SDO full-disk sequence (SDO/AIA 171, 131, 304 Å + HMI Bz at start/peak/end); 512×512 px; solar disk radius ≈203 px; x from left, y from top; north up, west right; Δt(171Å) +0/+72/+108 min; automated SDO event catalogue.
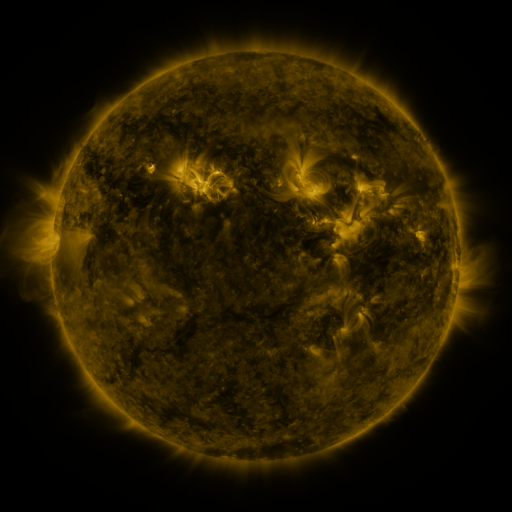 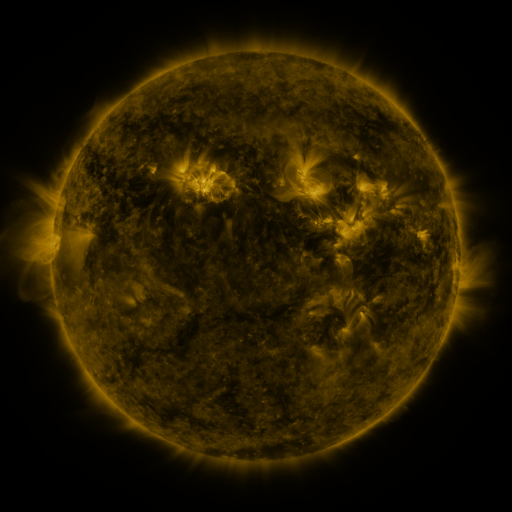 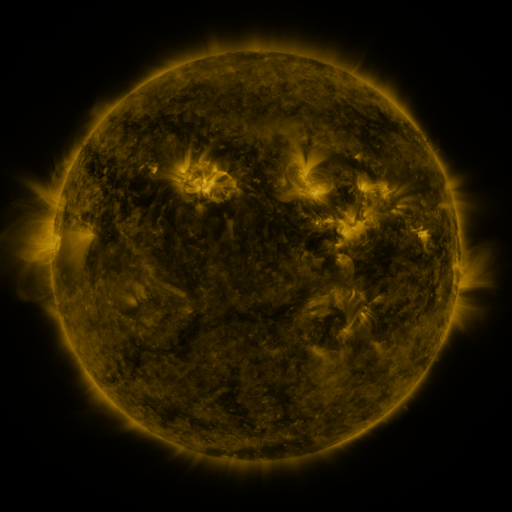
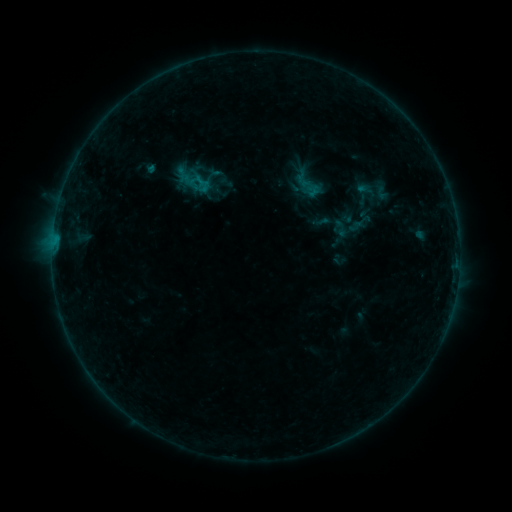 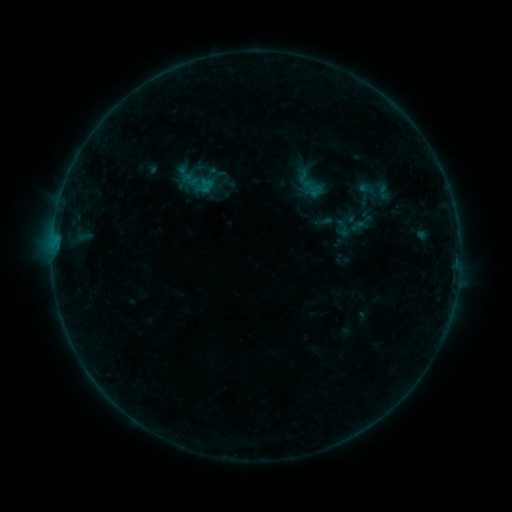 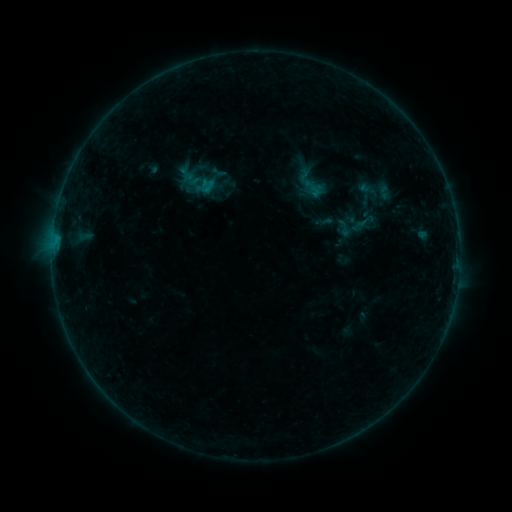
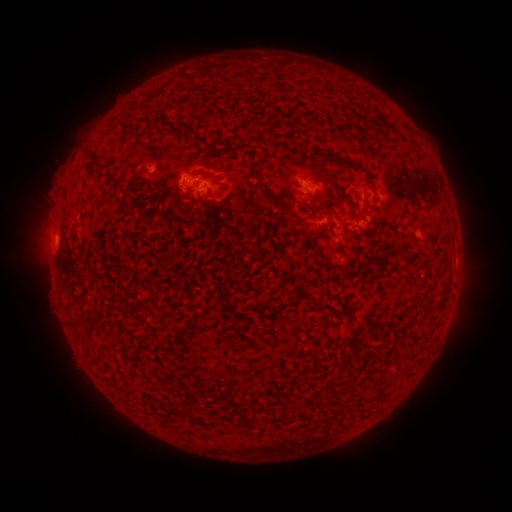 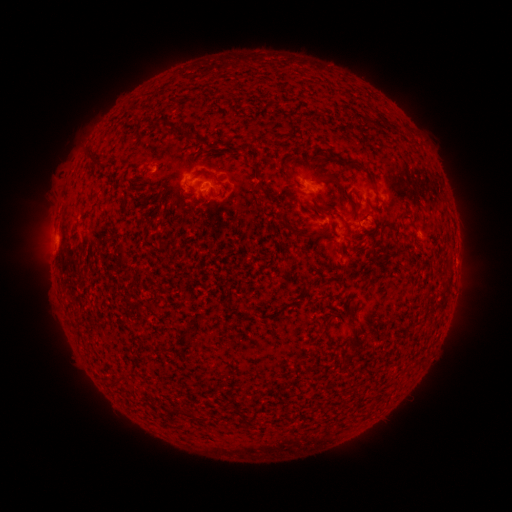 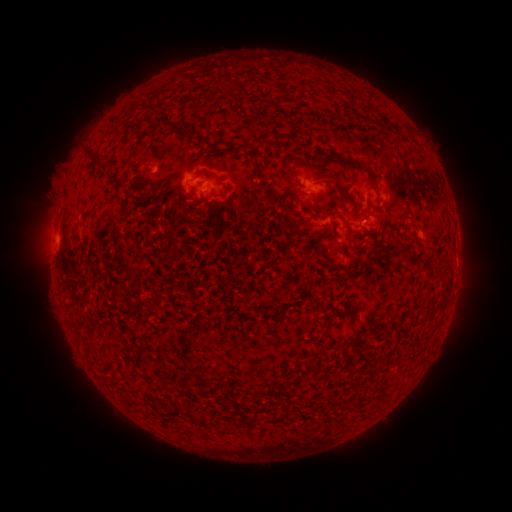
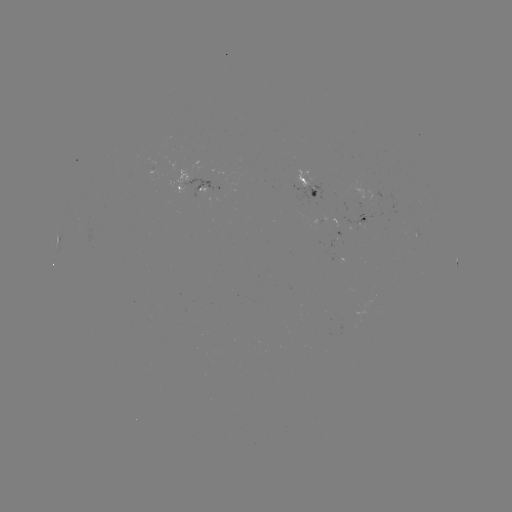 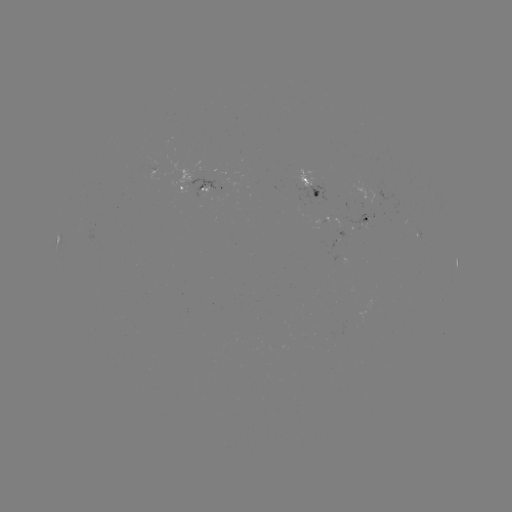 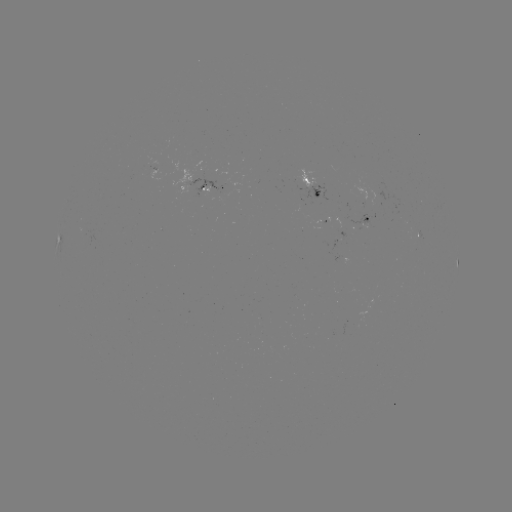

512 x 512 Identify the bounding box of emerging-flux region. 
[383, 146, 393, 153].